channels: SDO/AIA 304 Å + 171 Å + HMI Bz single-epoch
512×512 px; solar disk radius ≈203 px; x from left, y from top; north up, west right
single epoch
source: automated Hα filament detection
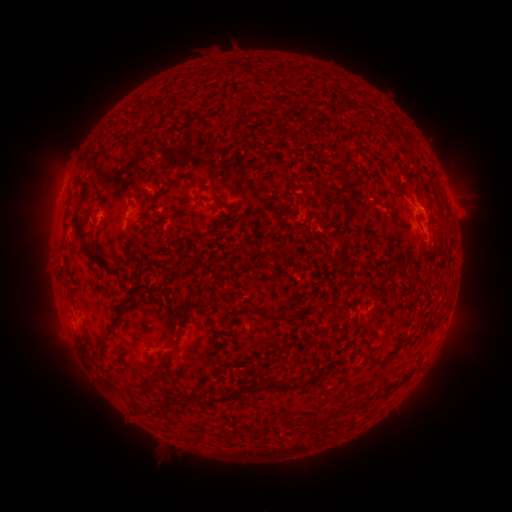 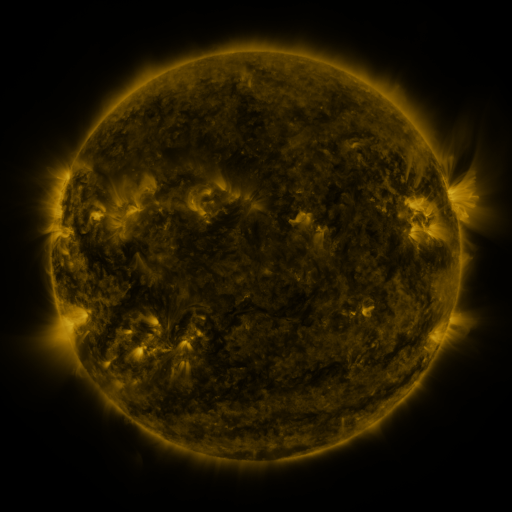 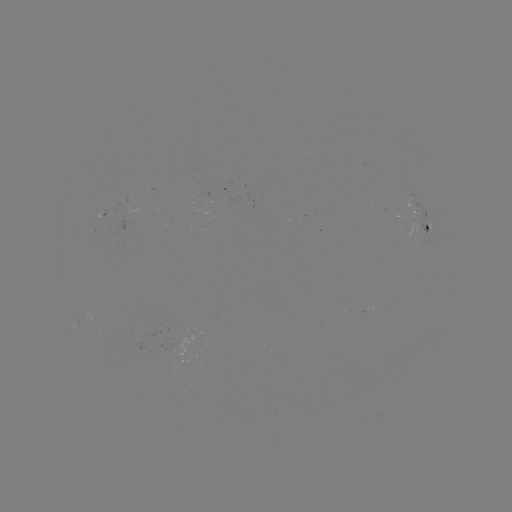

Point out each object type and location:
filament: (241, 101, 250, 112)
filament: (132, 105, 144, 122)
filament: (335, 145, 349, 161)
filament: (335, 168, 347, 180)
filament: (389, 175, 403, 192)
filament: (169, 176, 191, 187)
filament: (70, 179, 93, 241)
filament: (154, 191, 163, 204)
filament: (121, 200, 131, 220)
filament: (279, 204, 291, 214)
filament: (171, 218, 182, 228)
filament: (81, 244, 122, 277)
filament: (103, 288, 135, 342)
filament: (180, 301, 212, 314)
filament: (256, 307, 298, 323)
filament: (176, 329, 185, 341)
filament: (365, 345, 374, 355)
filament: (372, 349, 396, 363)
filament: (157, 351, 173, 363)
filament: (193, 373, 296, 406)
filament: (309, 414, 324, 424)
filament: (284, 416, 298, 426)
filament: (249, 425, 260, 436)
